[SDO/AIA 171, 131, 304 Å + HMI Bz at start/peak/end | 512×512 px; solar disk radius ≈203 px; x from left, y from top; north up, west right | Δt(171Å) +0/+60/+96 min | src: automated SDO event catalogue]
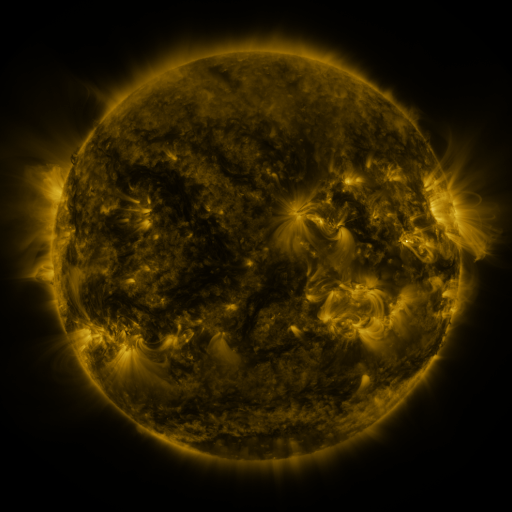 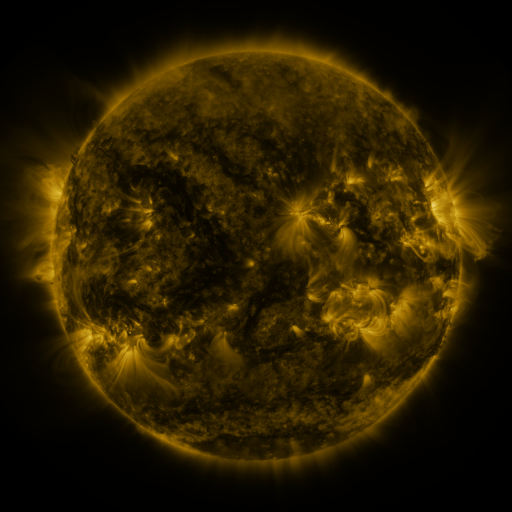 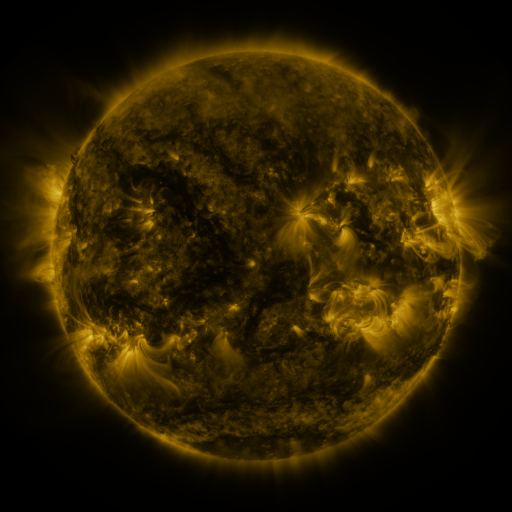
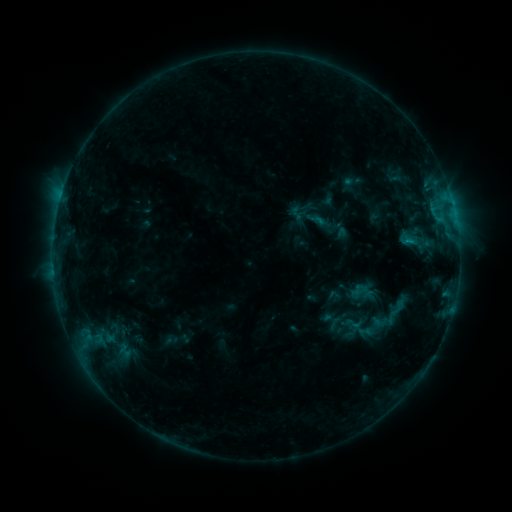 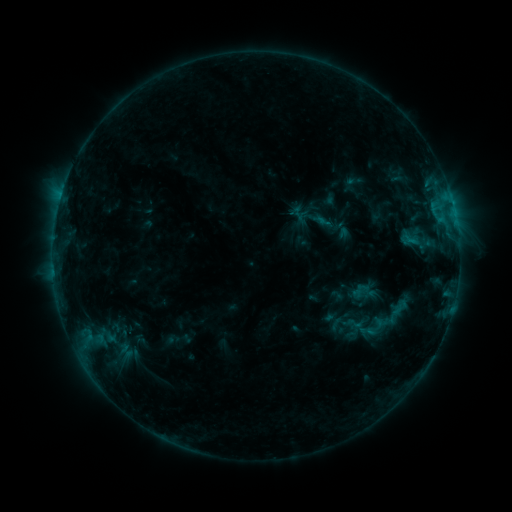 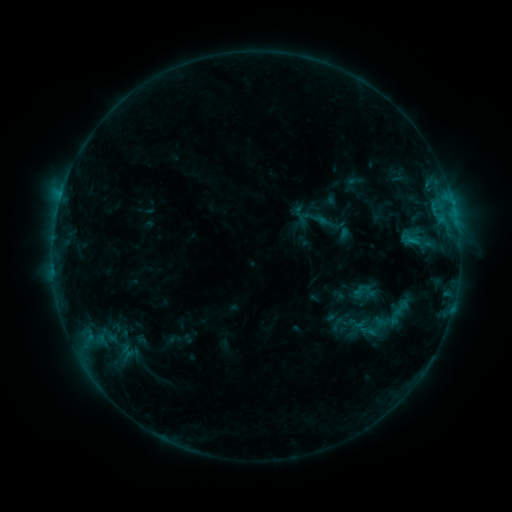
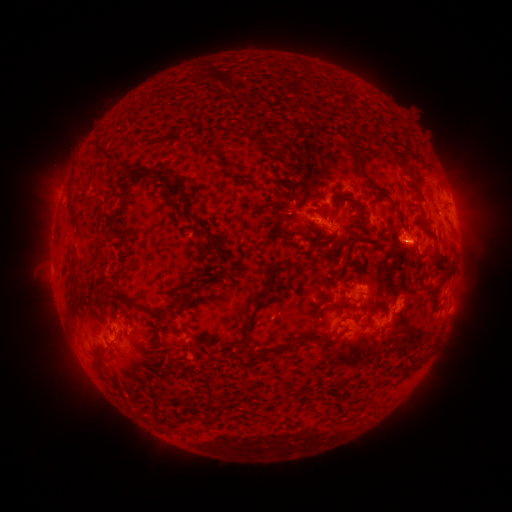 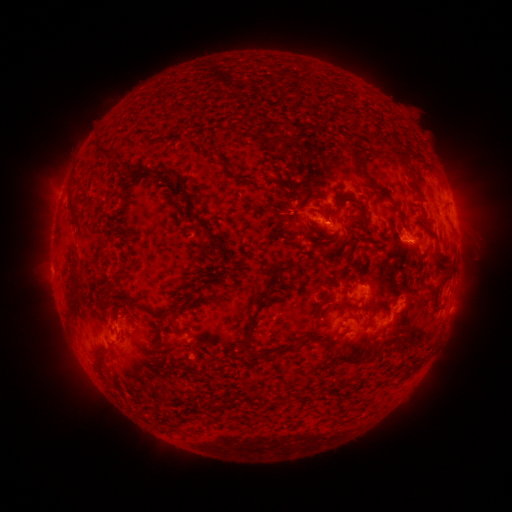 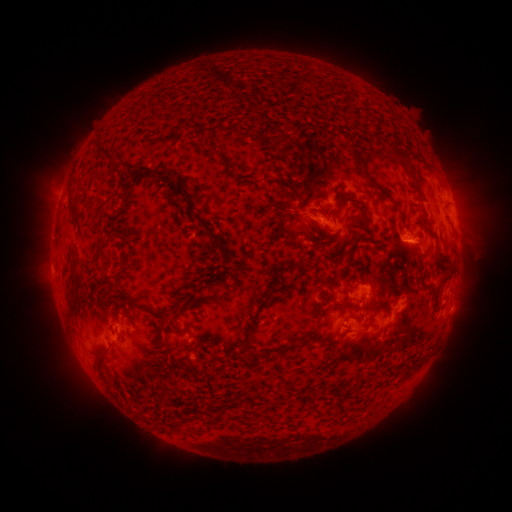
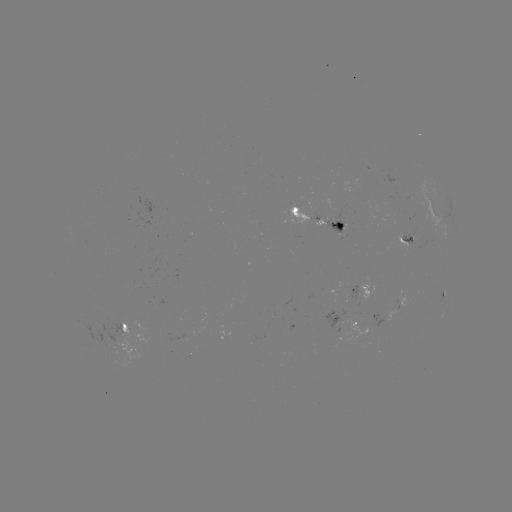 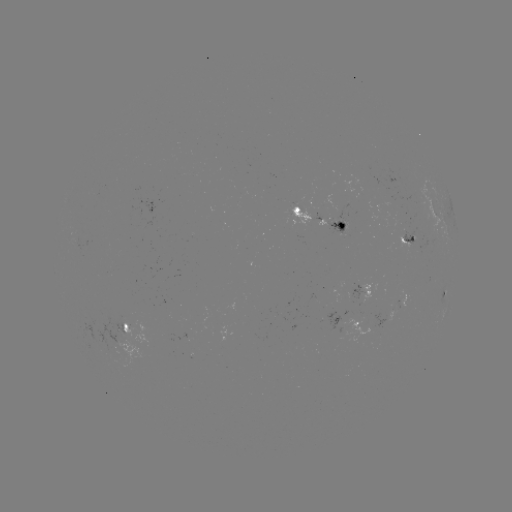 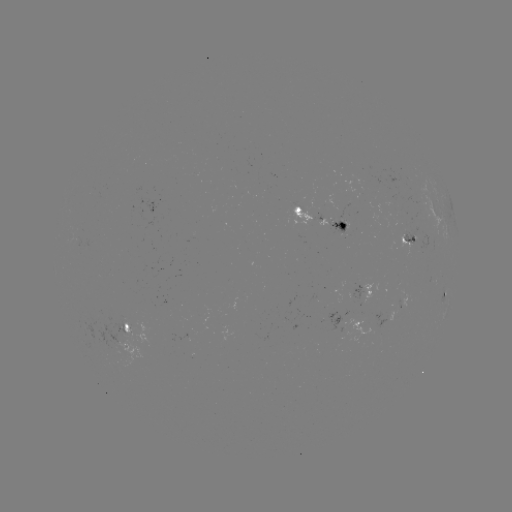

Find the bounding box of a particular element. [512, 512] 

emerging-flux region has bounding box [388, 302, 400, 318].